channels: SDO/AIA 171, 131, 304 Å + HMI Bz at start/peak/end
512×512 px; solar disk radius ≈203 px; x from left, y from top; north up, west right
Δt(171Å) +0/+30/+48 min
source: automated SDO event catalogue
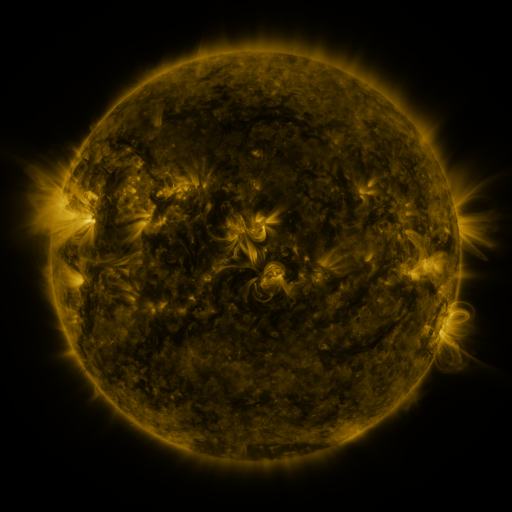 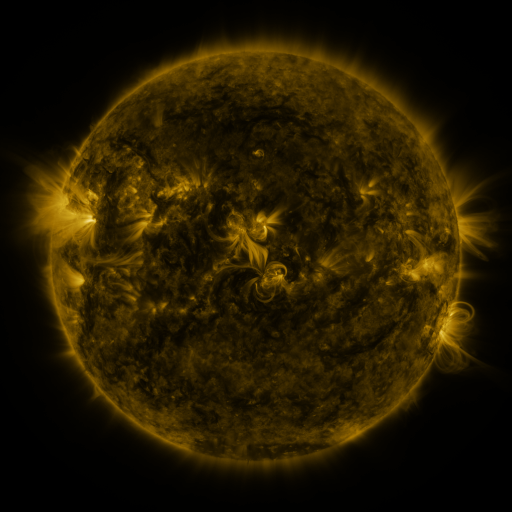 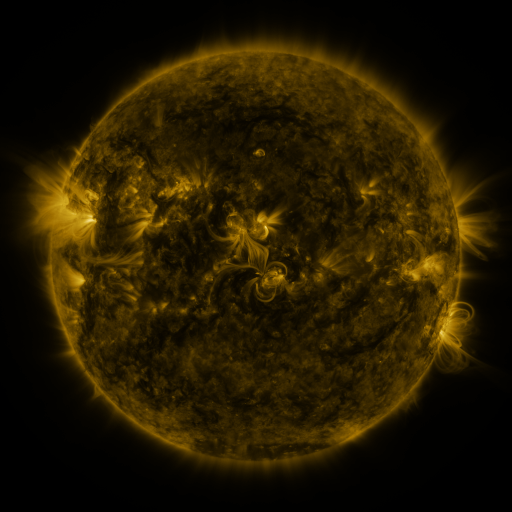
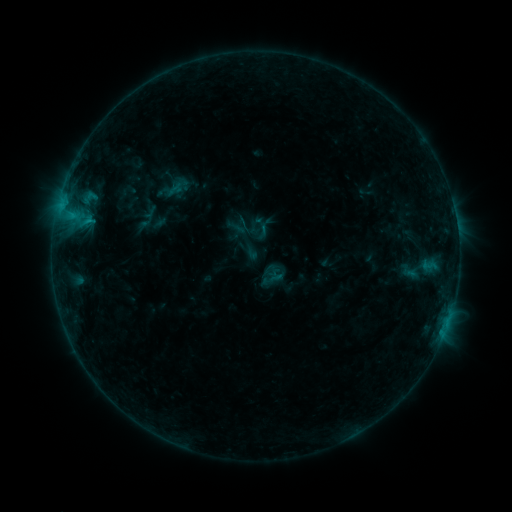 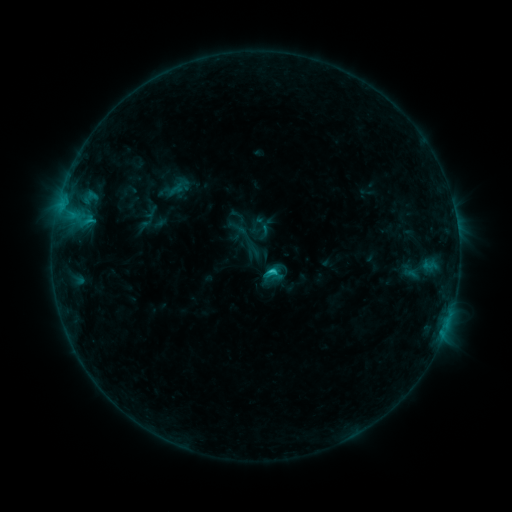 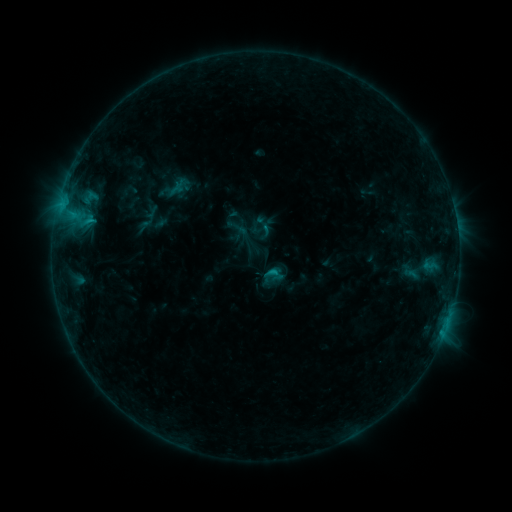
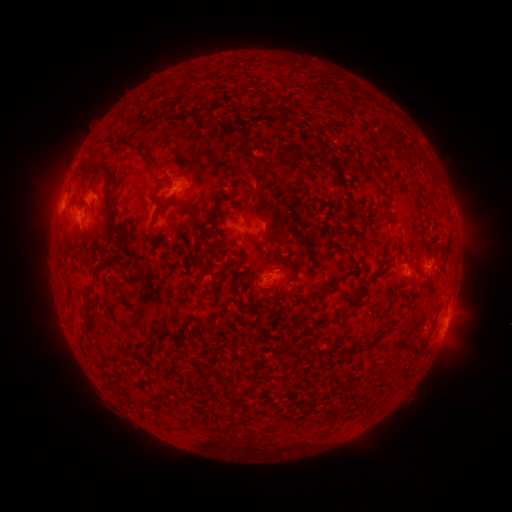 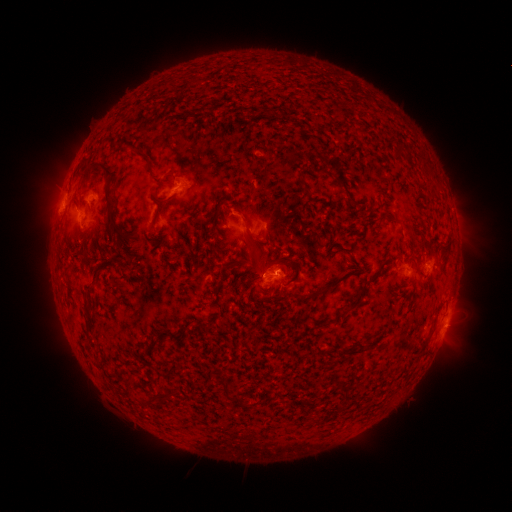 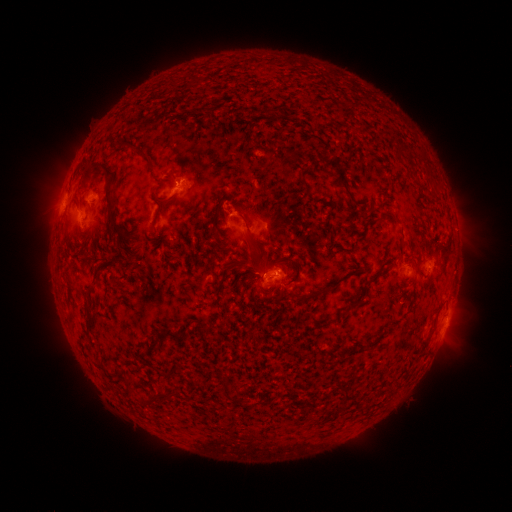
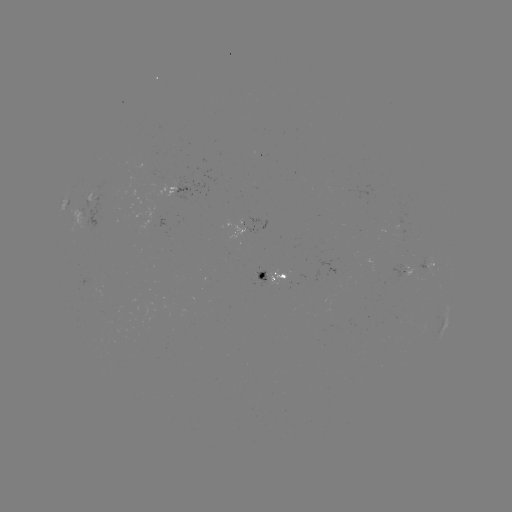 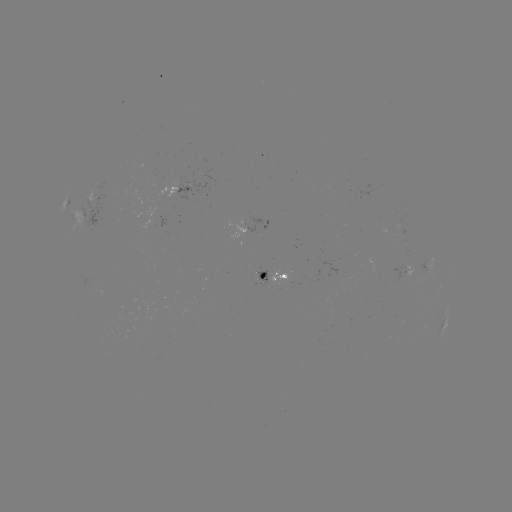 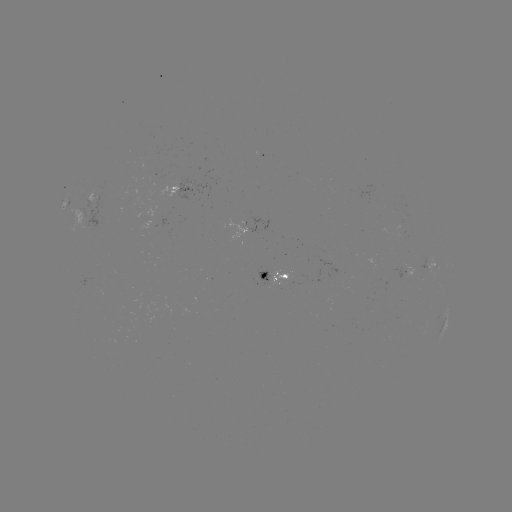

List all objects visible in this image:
C1.1 flare: (270, 269)
